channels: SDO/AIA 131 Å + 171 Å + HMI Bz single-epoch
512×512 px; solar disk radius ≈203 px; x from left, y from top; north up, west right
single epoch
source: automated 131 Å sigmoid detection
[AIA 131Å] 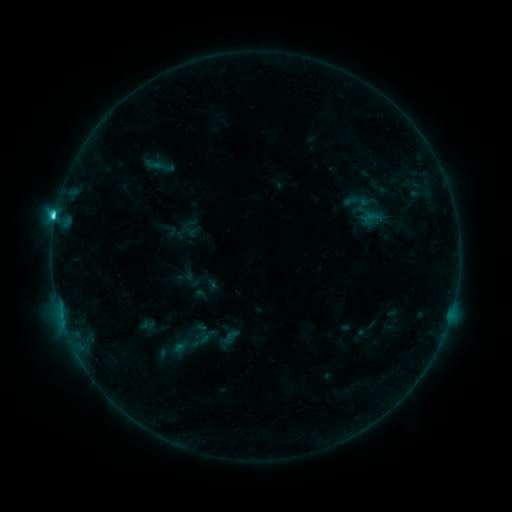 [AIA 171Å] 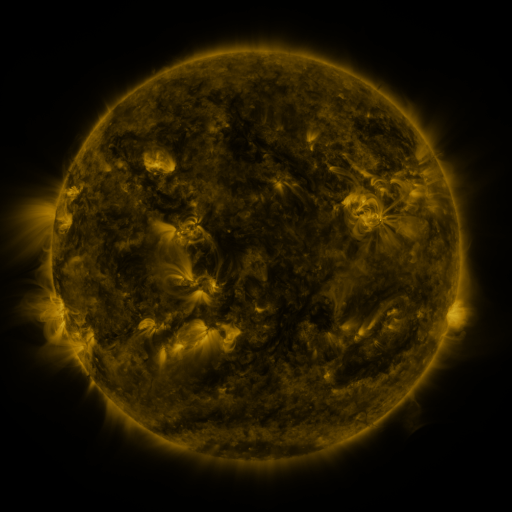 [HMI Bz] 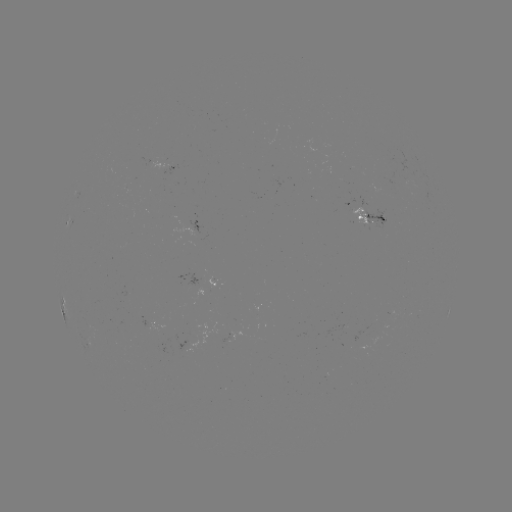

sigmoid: (158, 323, 215, 363)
